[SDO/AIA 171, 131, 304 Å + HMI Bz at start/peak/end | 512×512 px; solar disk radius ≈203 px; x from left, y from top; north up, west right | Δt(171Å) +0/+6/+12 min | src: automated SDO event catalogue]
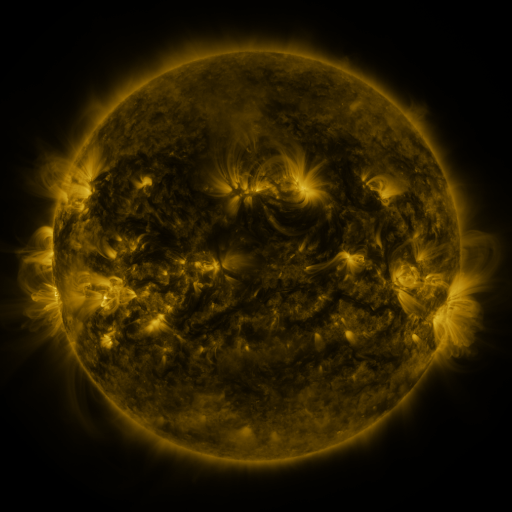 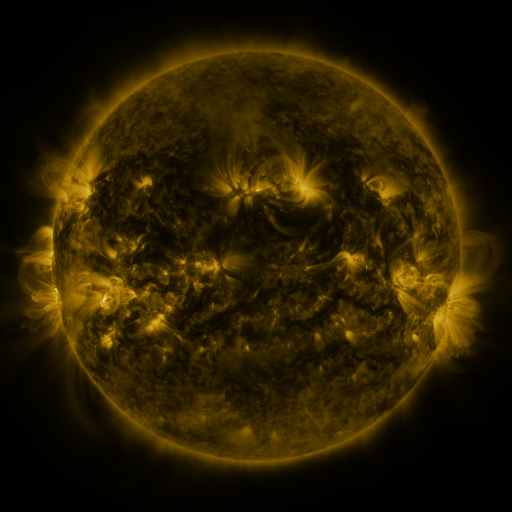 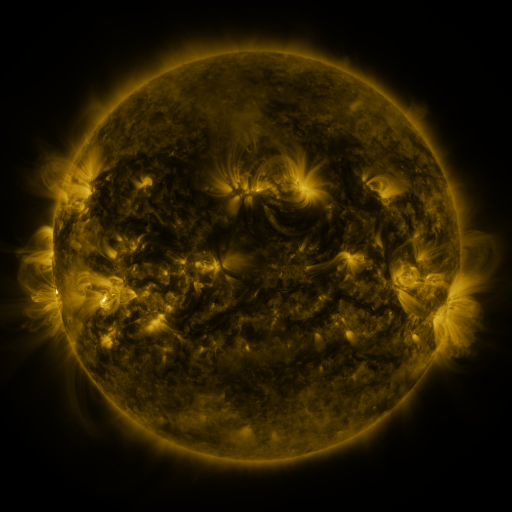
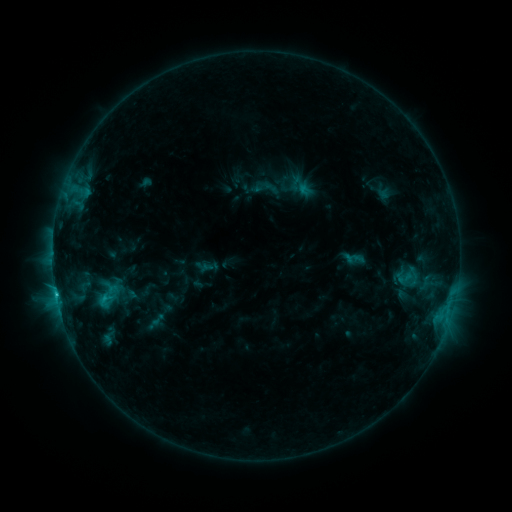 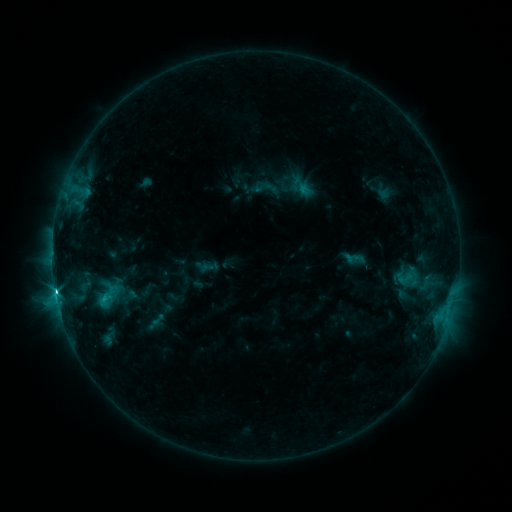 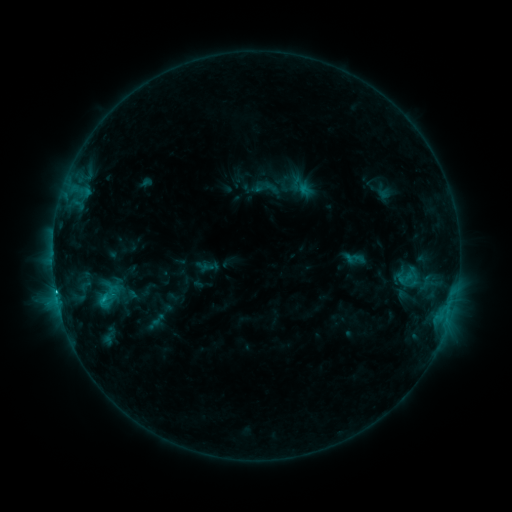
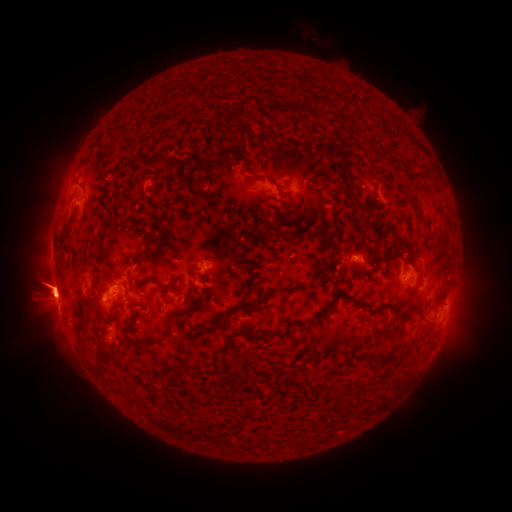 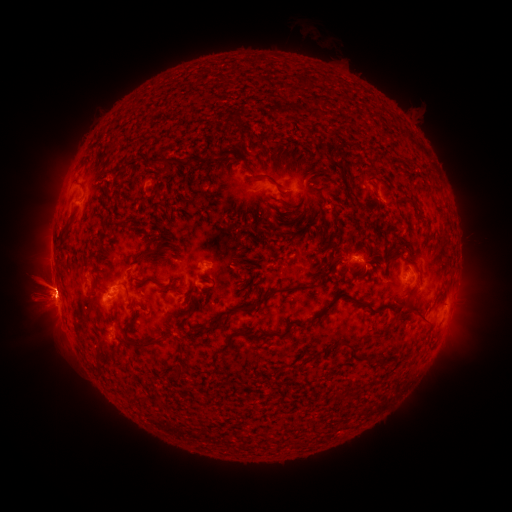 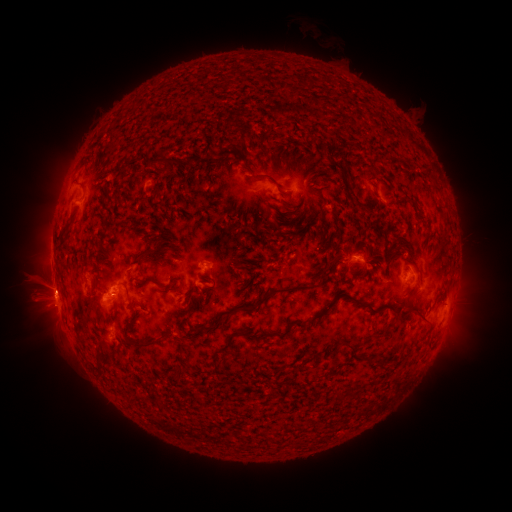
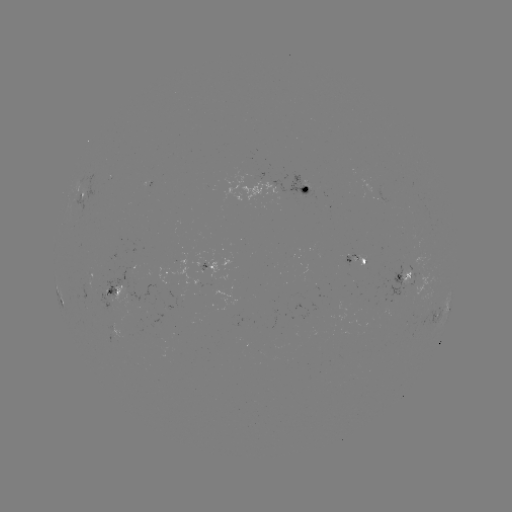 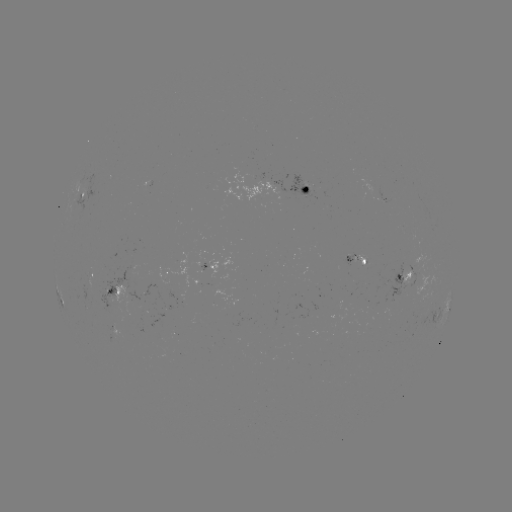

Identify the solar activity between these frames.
C3.3 flare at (56, 277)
